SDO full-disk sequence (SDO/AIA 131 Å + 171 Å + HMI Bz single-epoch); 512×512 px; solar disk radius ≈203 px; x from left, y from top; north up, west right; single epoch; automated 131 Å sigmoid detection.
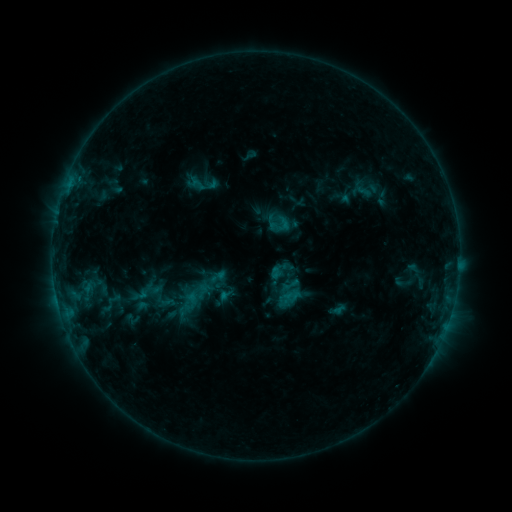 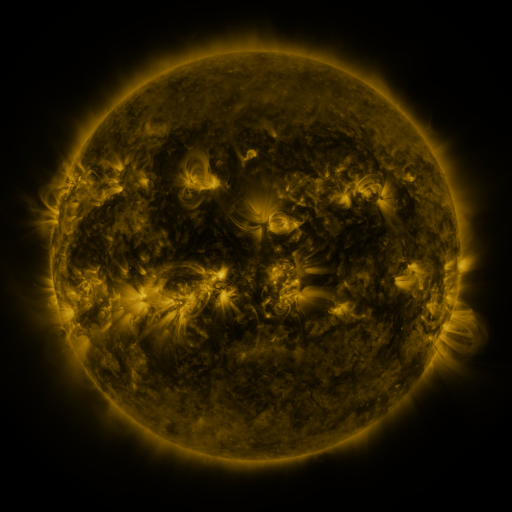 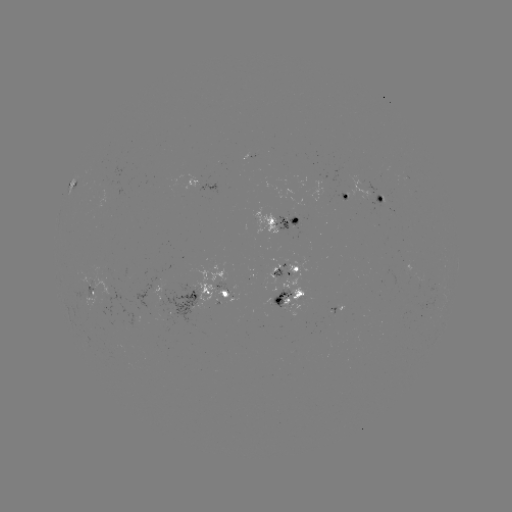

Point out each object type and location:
sigmoid: (283, 225)
